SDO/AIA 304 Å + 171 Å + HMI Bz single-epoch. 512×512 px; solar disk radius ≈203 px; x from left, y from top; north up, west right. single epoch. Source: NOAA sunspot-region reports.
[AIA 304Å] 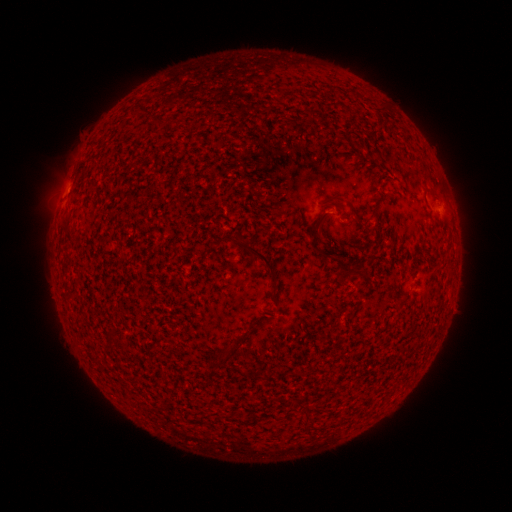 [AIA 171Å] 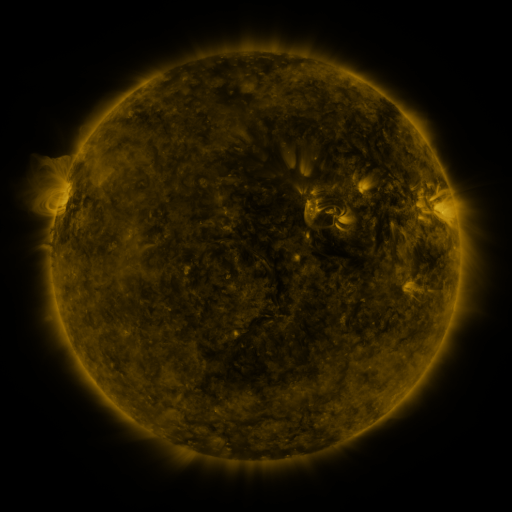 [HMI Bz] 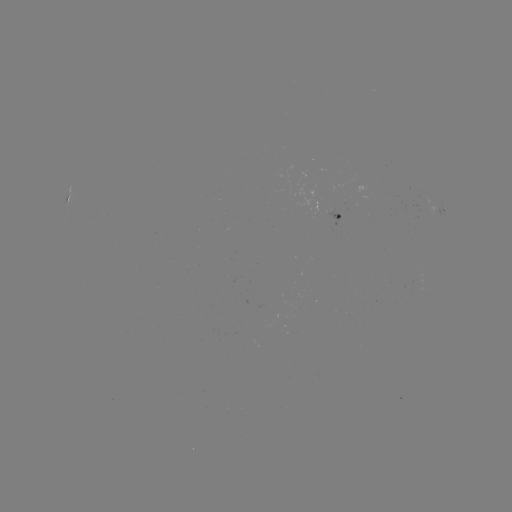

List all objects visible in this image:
spotted active region: (71, 194)
spotted active region: (443, 208)
spotted active region: (340, 219)
